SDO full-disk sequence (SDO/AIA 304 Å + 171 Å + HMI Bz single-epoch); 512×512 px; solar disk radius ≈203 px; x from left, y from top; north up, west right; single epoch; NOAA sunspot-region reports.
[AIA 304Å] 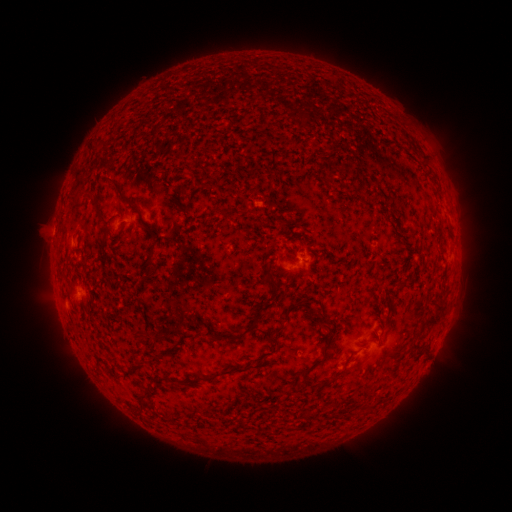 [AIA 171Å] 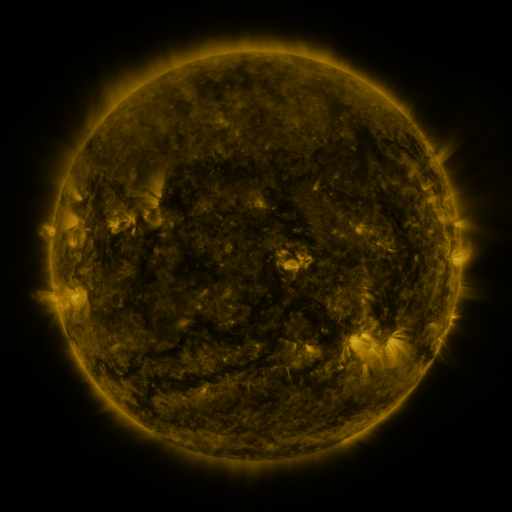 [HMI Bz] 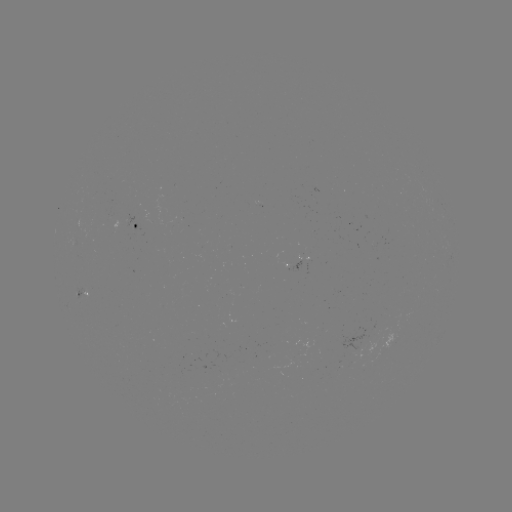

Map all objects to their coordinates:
spotted active region: (134, 226)
spotted active region: (305, 266)
spotted active region: (84, 297)
